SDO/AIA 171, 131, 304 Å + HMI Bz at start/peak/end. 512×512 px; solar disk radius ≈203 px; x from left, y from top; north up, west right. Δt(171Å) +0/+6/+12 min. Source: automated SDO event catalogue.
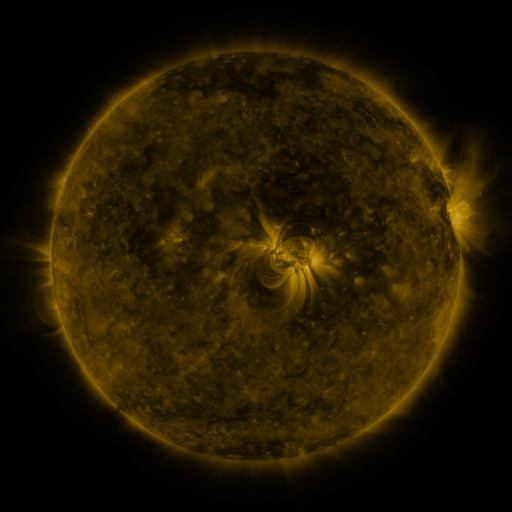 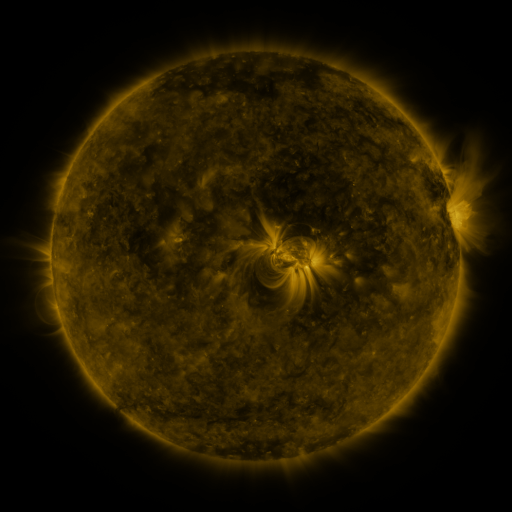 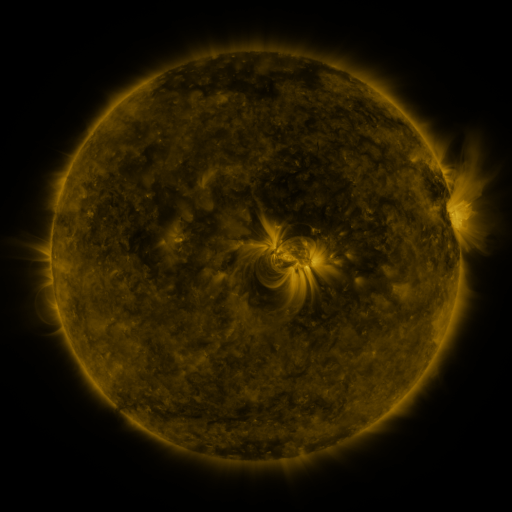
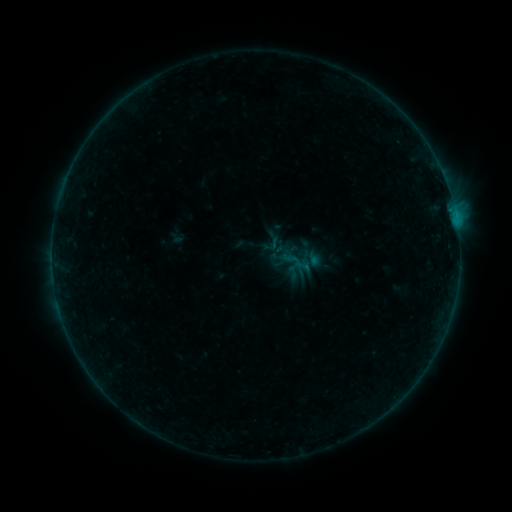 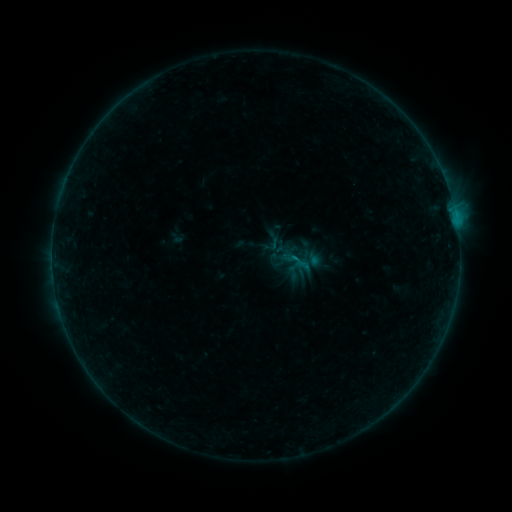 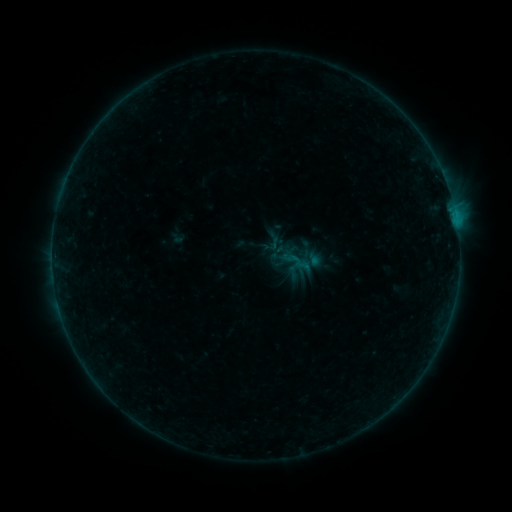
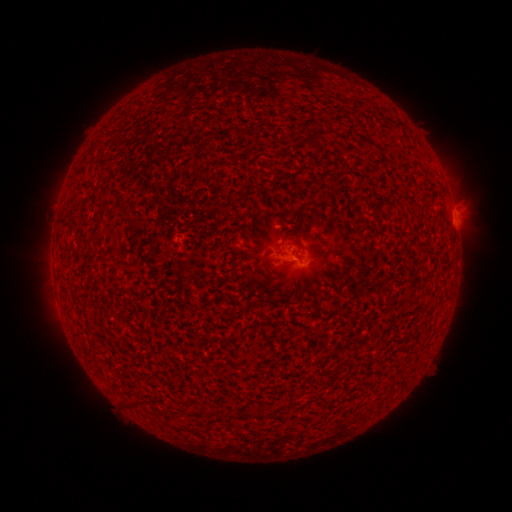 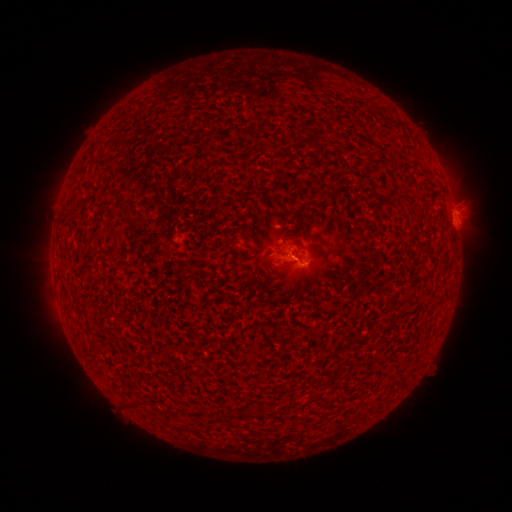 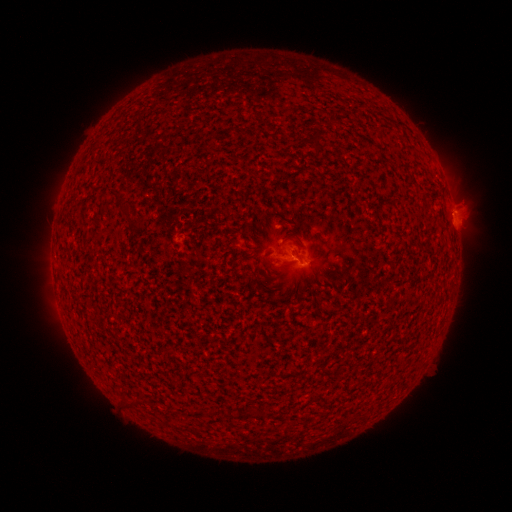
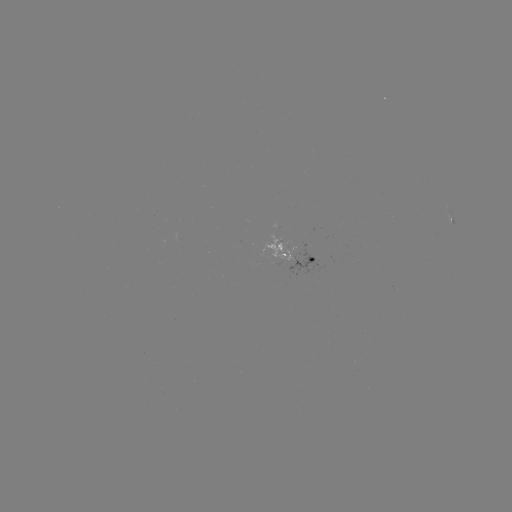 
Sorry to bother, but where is B2.0 flare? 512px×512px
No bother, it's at (294, 259).